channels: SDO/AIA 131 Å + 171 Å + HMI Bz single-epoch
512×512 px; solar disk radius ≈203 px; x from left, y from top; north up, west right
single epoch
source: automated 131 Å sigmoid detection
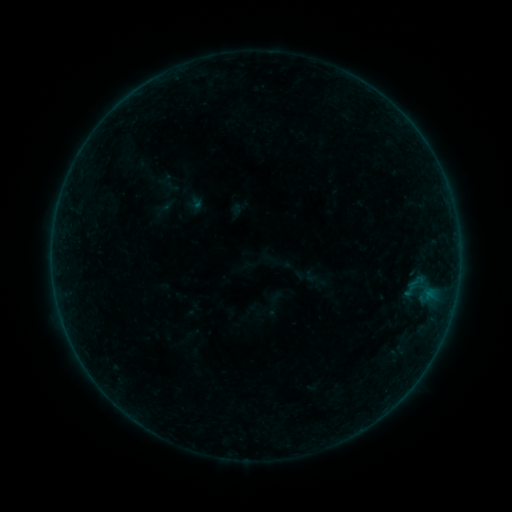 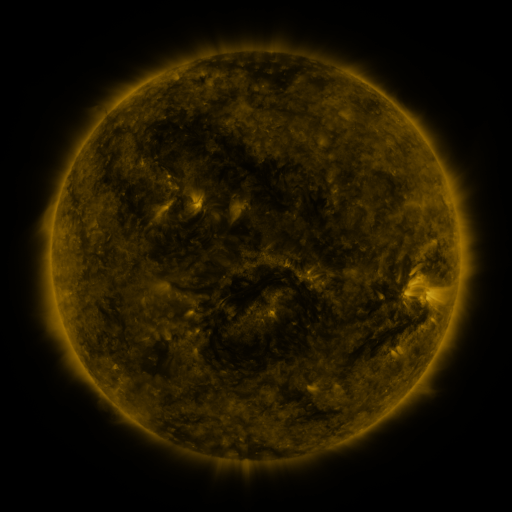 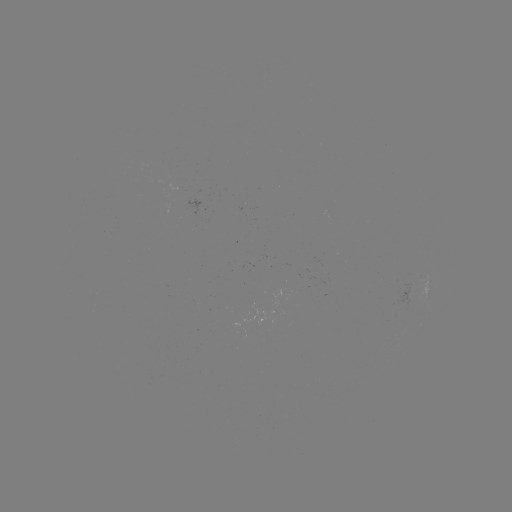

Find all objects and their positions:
sigmoid: (401, 270, 431, 300)
